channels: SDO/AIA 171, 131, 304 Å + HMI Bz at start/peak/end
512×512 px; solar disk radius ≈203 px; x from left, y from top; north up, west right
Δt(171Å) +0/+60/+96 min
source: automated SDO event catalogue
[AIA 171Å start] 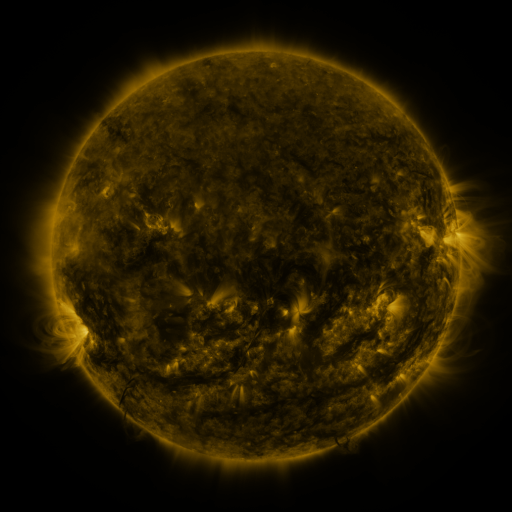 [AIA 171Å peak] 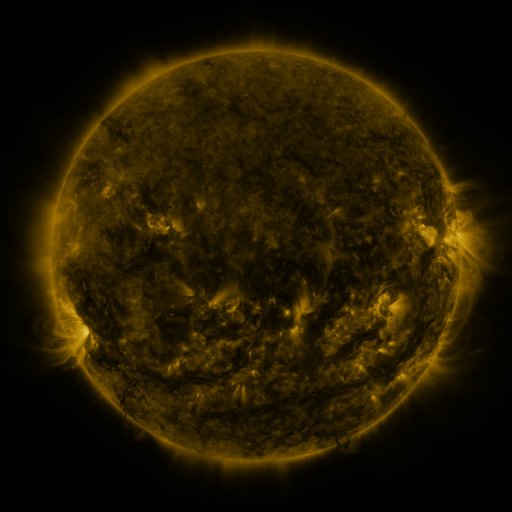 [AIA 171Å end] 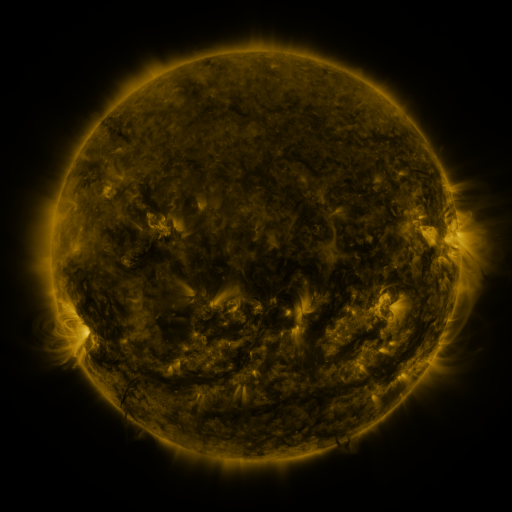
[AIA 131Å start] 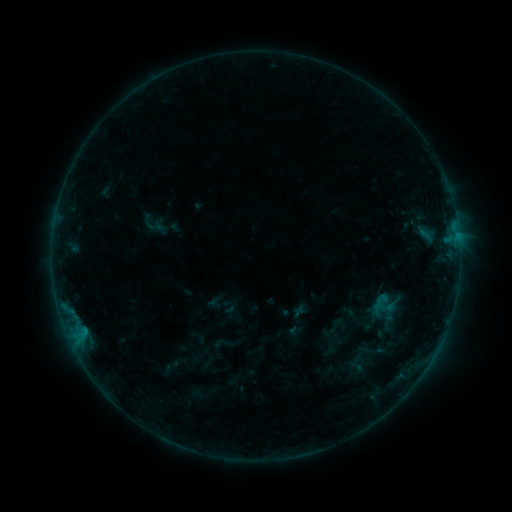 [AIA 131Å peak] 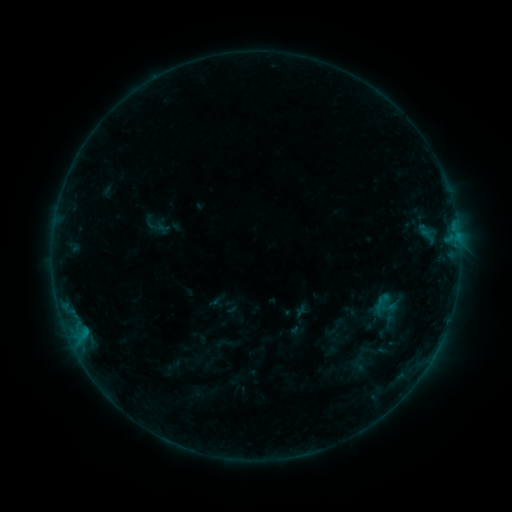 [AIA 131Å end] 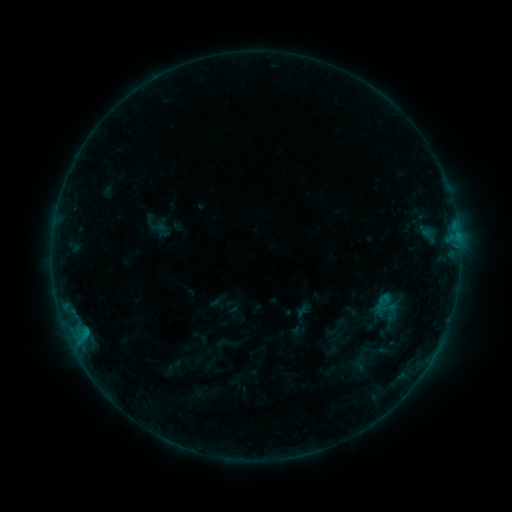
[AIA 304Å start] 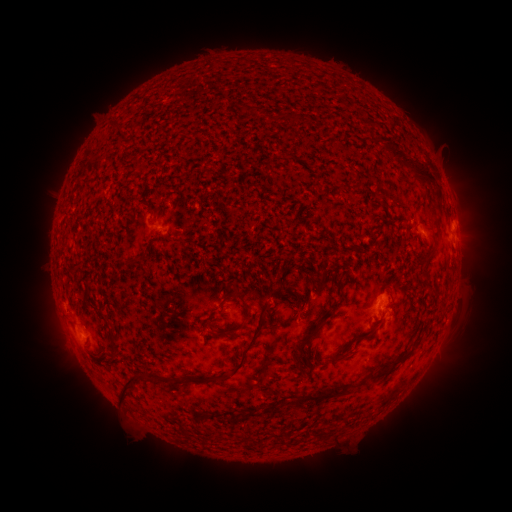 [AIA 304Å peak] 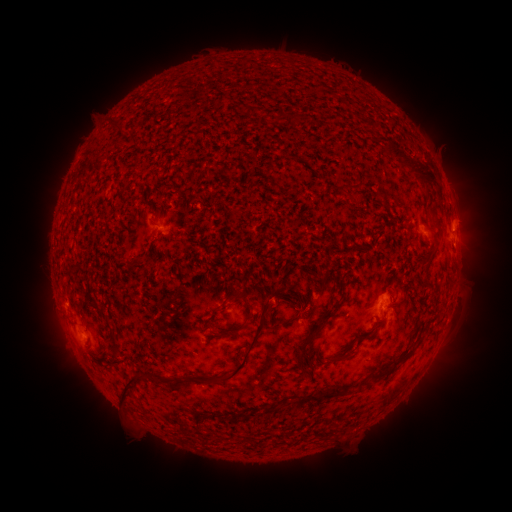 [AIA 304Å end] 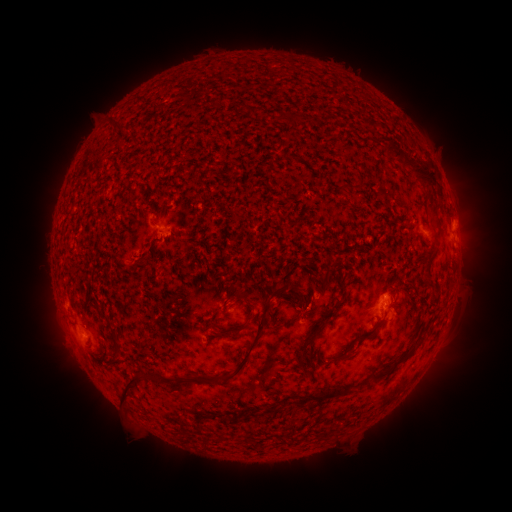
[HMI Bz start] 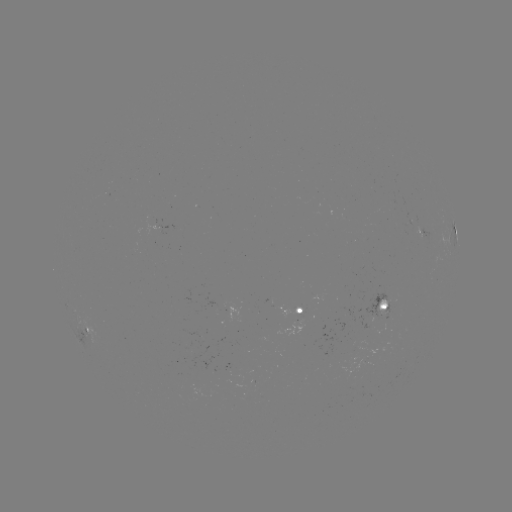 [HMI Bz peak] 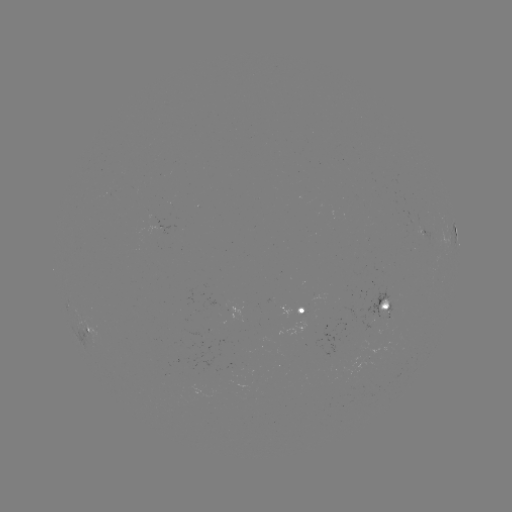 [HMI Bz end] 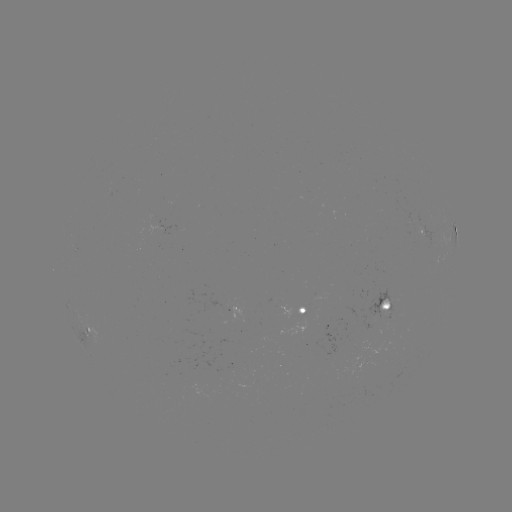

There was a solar emerging-flux region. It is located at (231, 368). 